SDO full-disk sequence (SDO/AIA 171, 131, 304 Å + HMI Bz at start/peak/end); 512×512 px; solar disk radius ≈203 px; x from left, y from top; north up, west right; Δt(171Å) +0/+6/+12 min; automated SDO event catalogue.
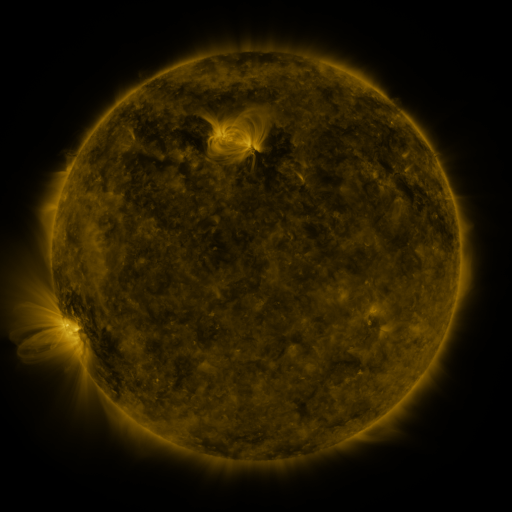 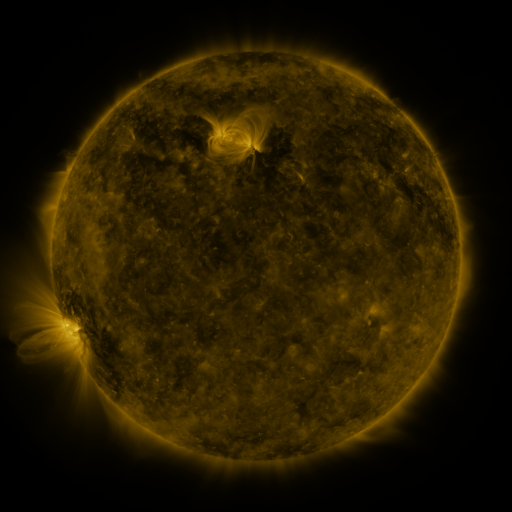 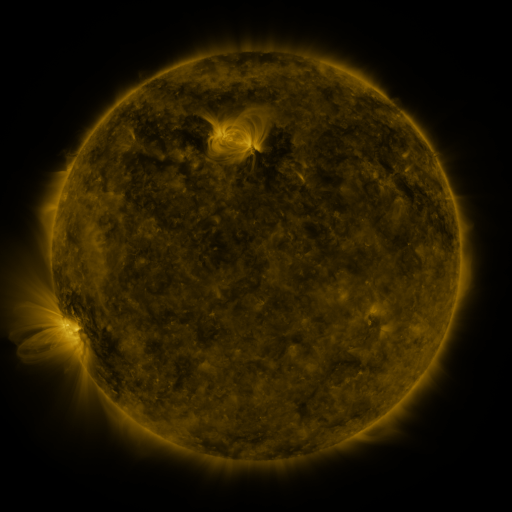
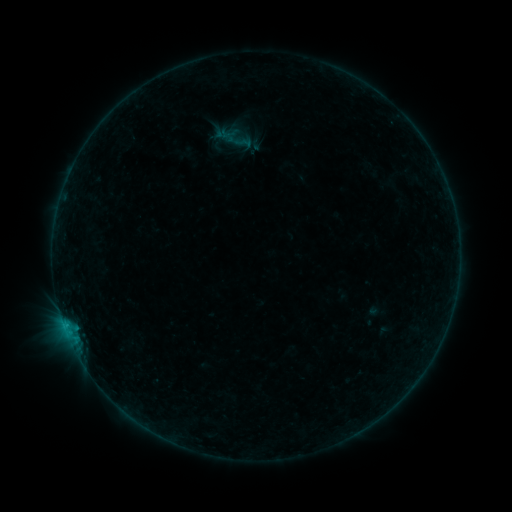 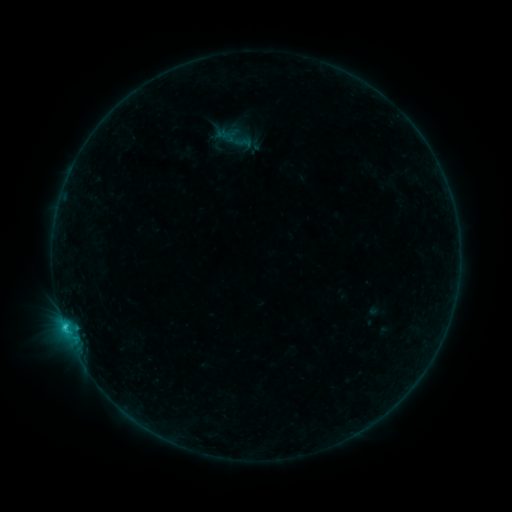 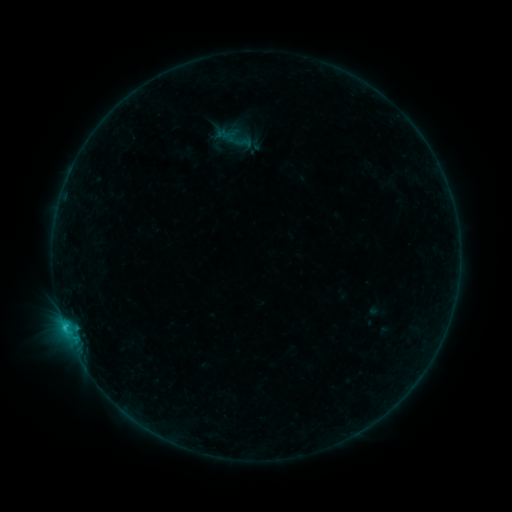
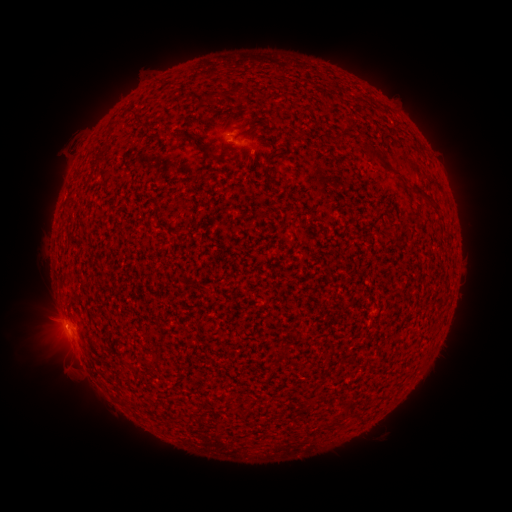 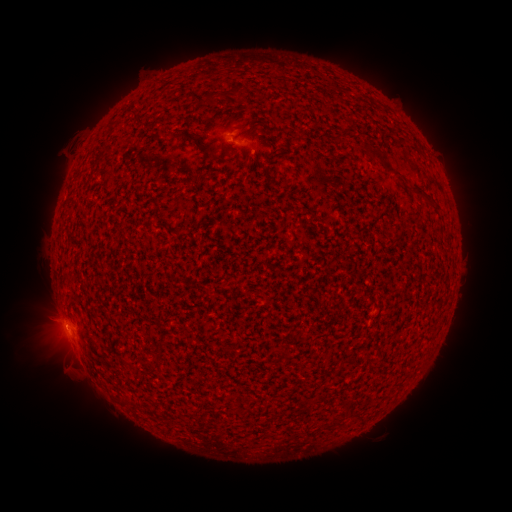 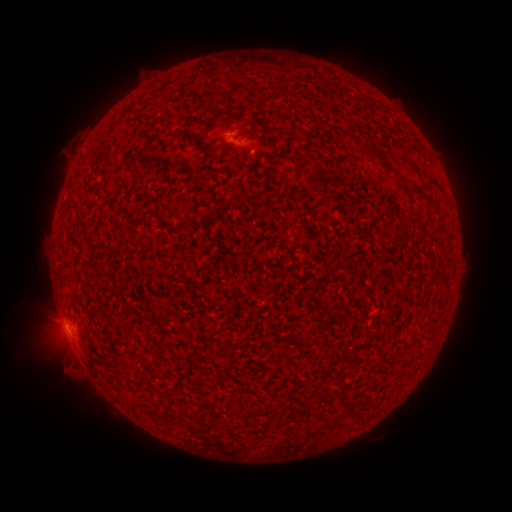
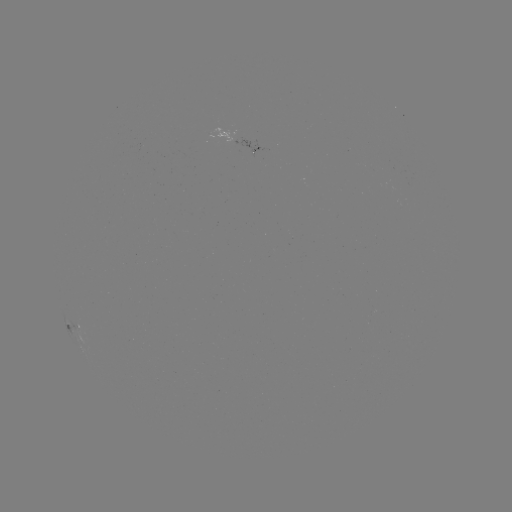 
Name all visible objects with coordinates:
M1.6 flare: (65, 326)
